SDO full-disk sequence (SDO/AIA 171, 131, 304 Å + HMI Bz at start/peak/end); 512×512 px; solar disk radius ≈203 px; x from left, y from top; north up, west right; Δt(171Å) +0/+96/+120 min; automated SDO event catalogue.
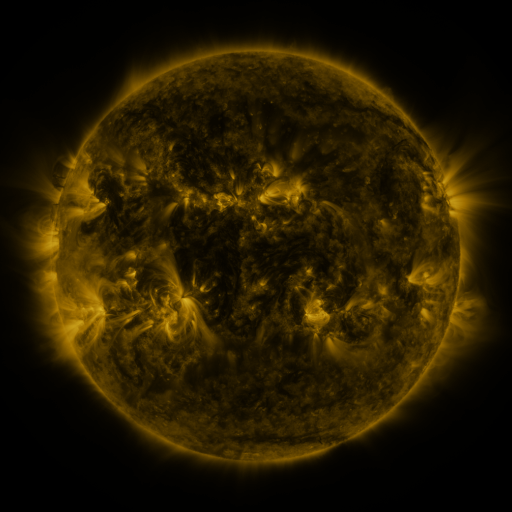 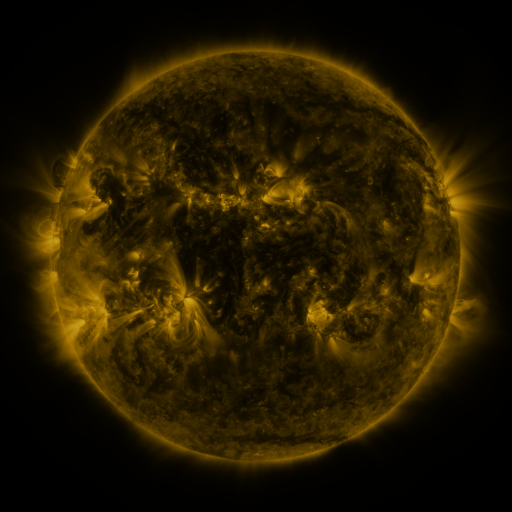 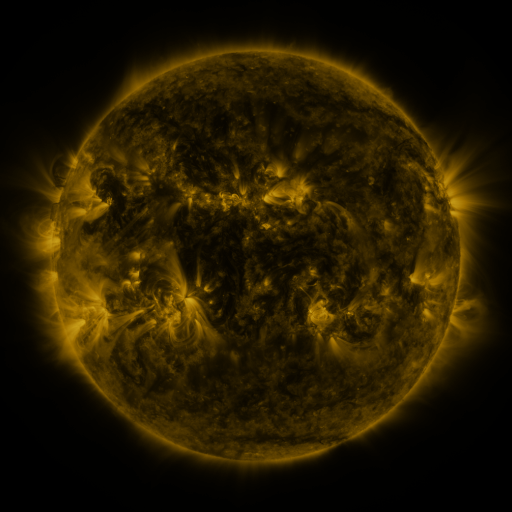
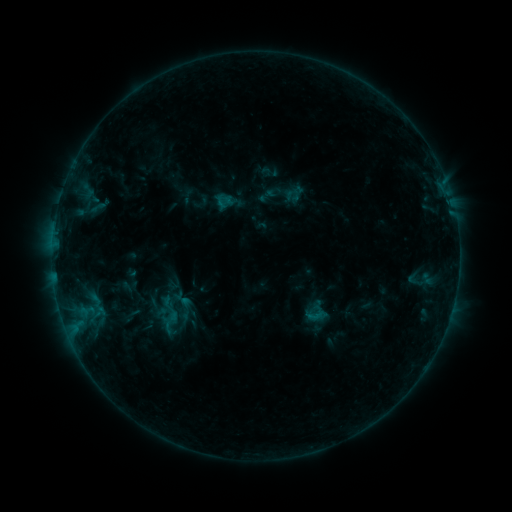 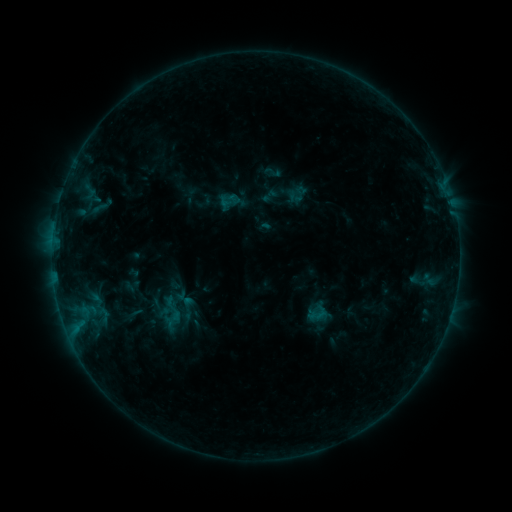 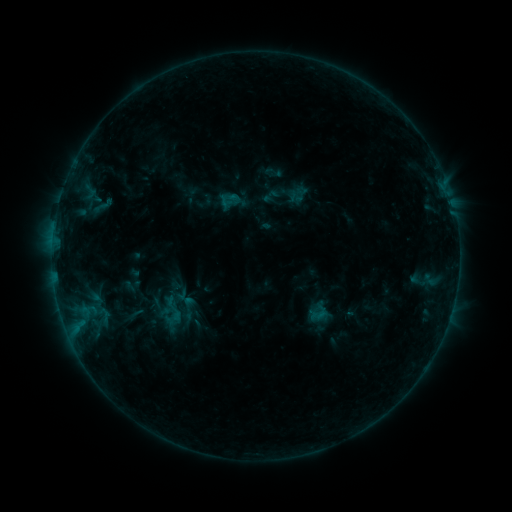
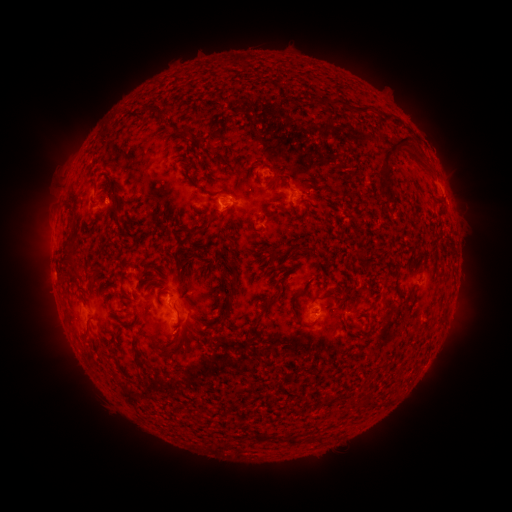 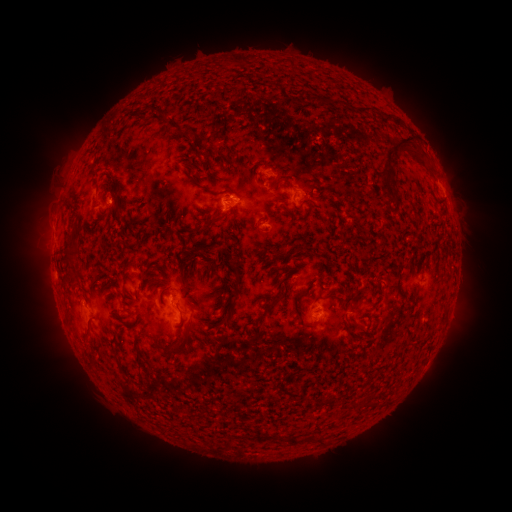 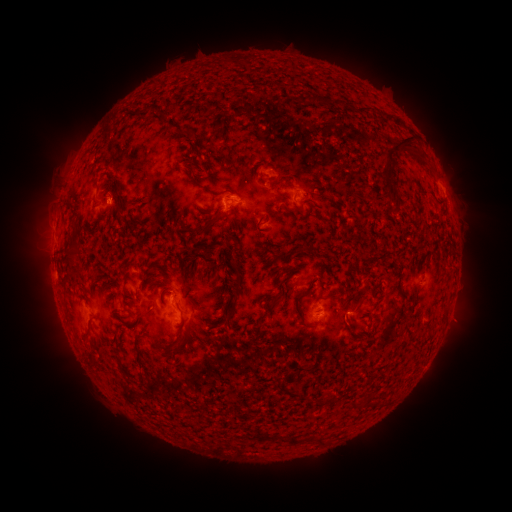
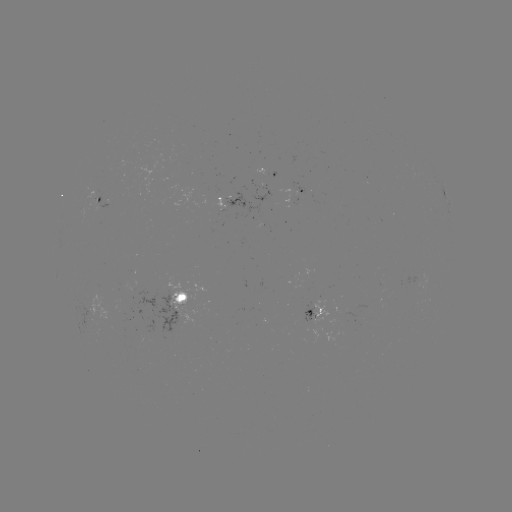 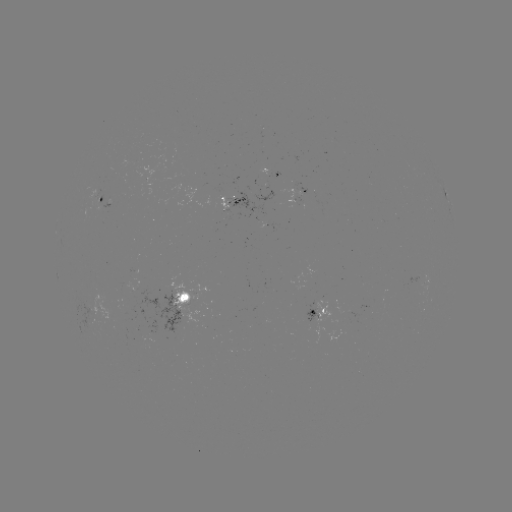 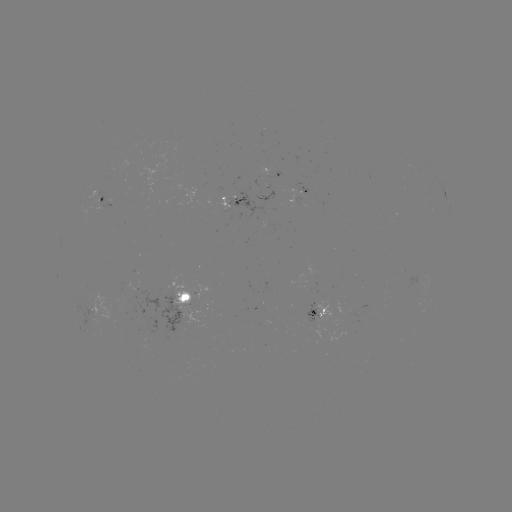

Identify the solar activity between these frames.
emerging-flux region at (268, 225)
